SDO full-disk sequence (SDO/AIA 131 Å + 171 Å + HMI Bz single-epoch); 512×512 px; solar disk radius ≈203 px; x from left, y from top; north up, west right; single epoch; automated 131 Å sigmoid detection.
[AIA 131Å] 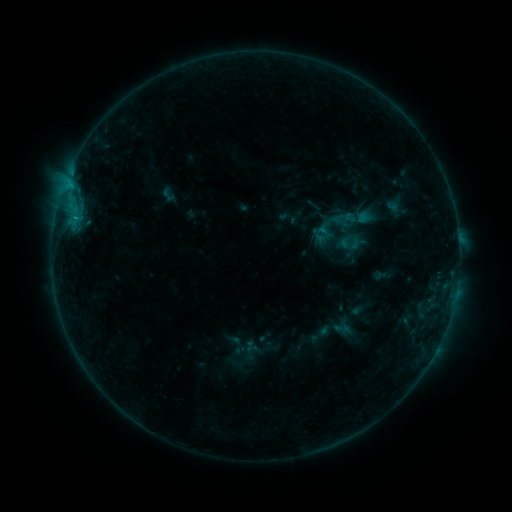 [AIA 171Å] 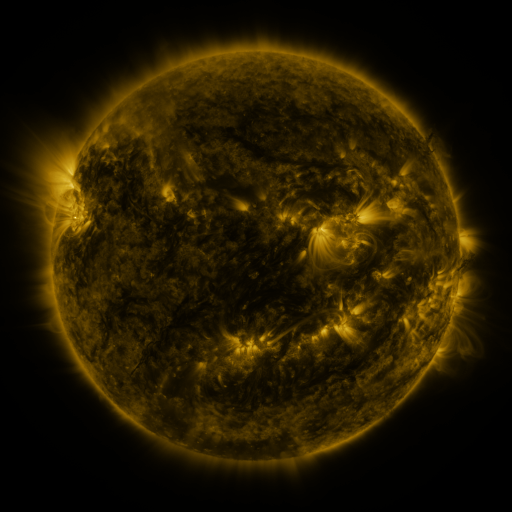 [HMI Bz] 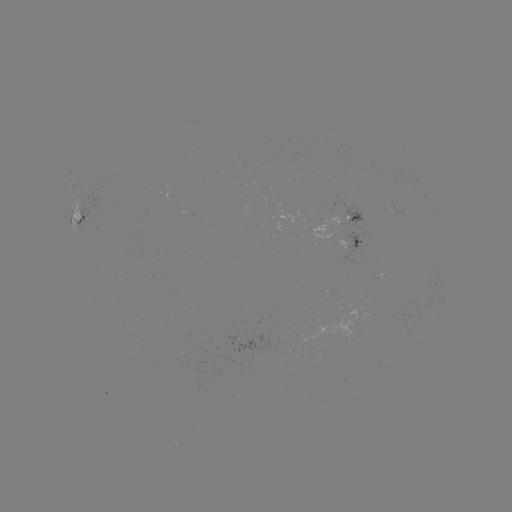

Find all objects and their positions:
sigmoid: (350, 244)
